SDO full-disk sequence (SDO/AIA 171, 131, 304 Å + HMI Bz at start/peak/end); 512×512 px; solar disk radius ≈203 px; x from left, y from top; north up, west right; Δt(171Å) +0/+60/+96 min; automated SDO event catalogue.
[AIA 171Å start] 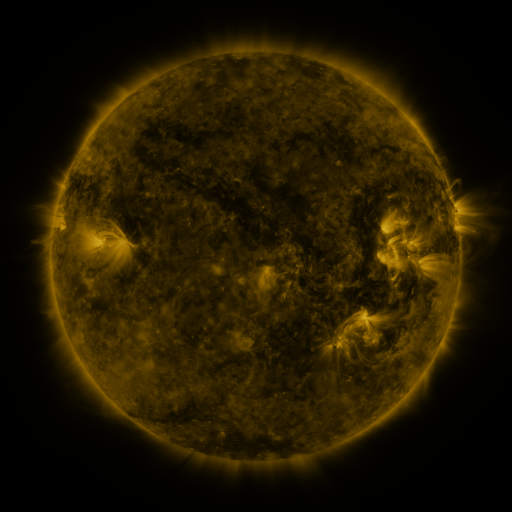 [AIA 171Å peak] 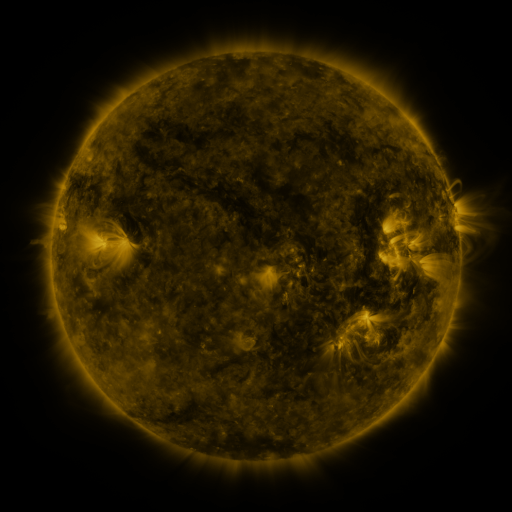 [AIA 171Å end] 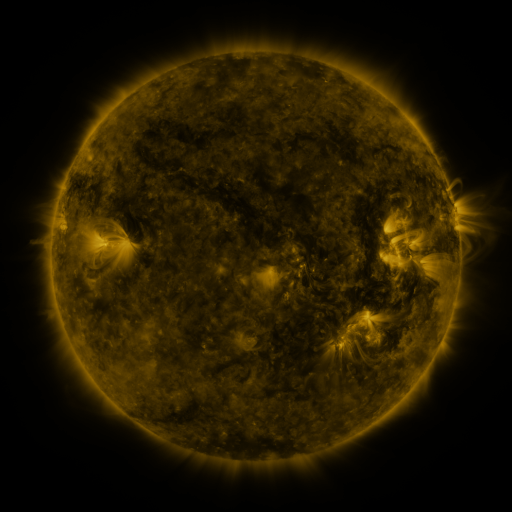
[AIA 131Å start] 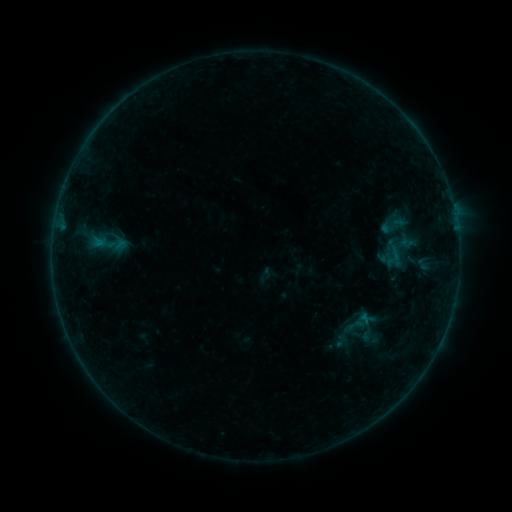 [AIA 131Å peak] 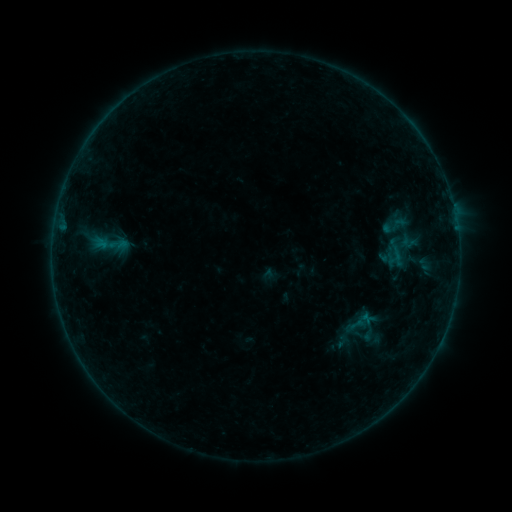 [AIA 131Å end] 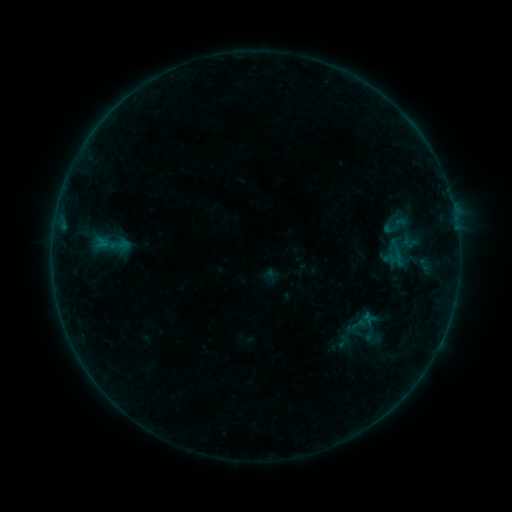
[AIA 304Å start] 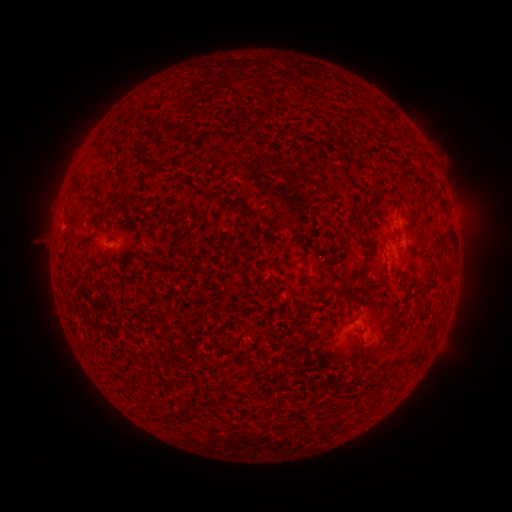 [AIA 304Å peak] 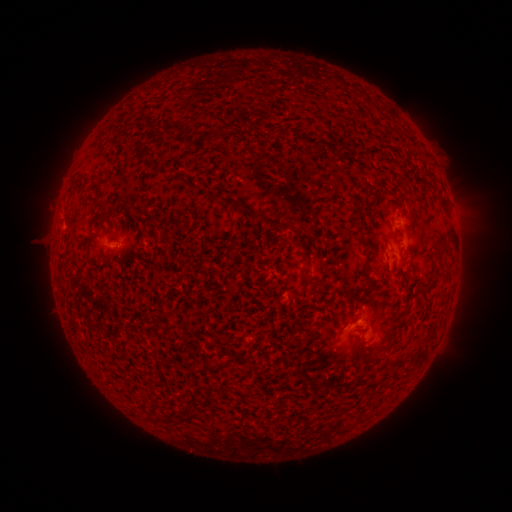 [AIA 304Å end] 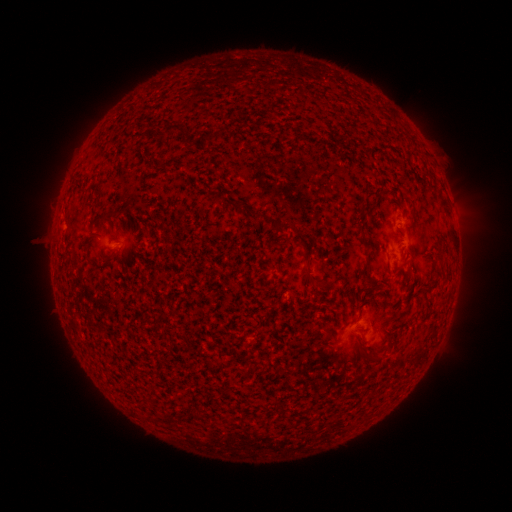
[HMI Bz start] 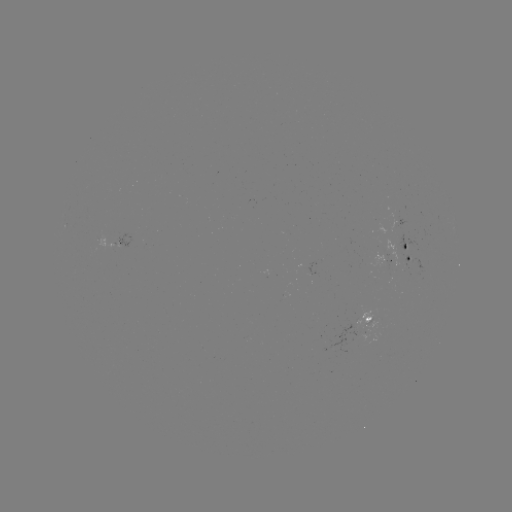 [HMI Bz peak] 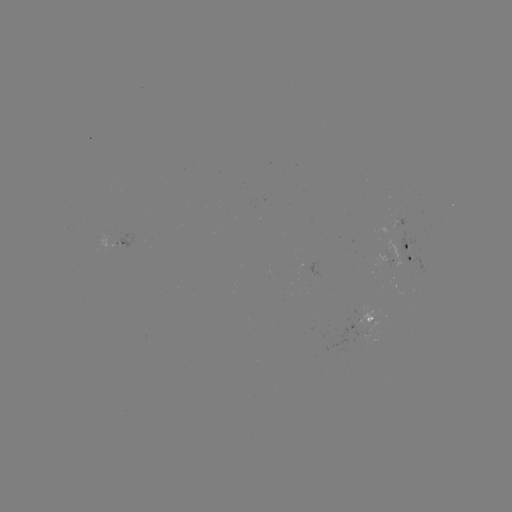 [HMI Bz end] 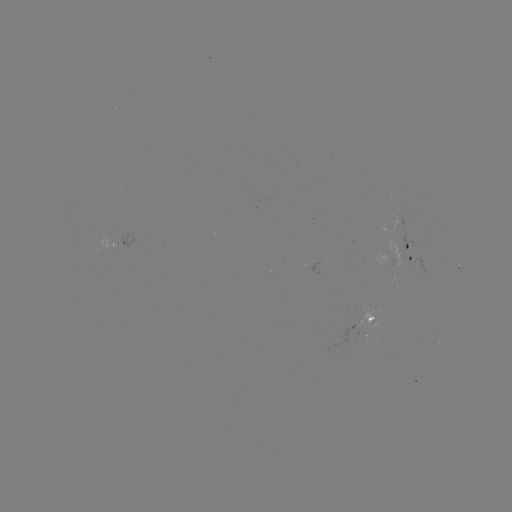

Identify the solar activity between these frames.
emerging-flux region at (383, 266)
